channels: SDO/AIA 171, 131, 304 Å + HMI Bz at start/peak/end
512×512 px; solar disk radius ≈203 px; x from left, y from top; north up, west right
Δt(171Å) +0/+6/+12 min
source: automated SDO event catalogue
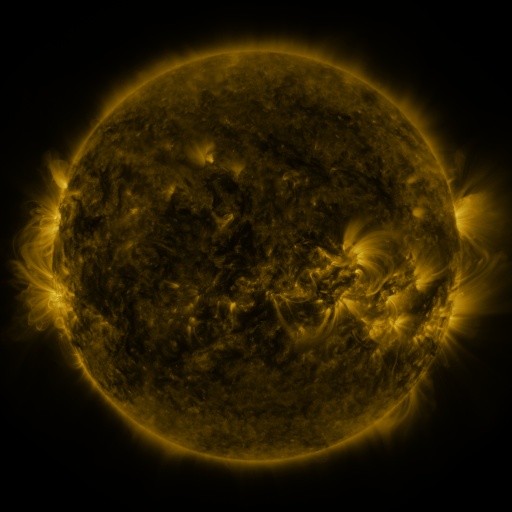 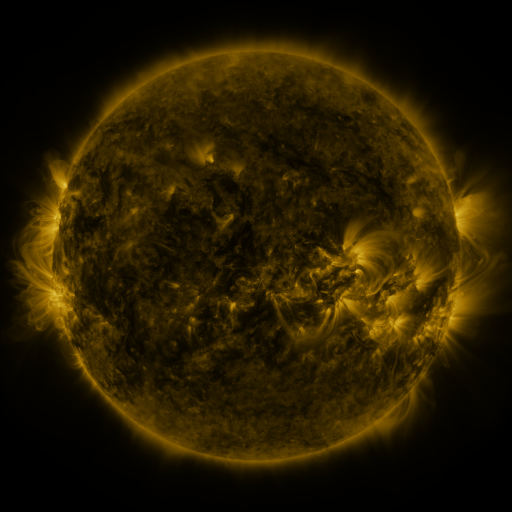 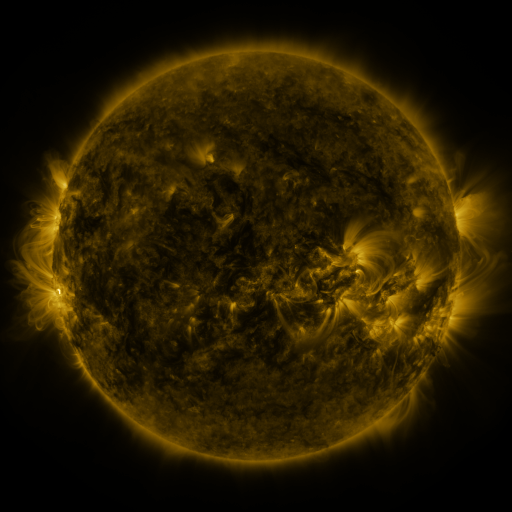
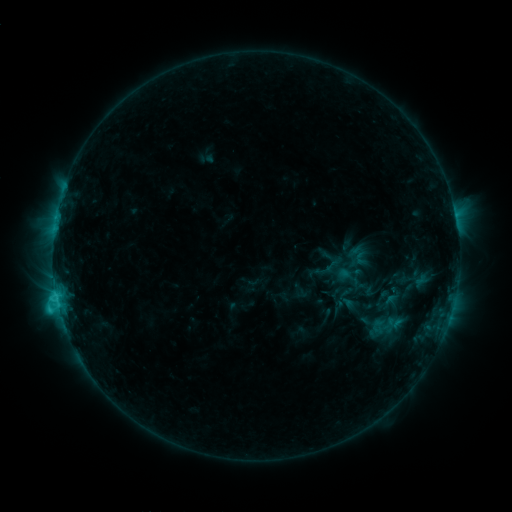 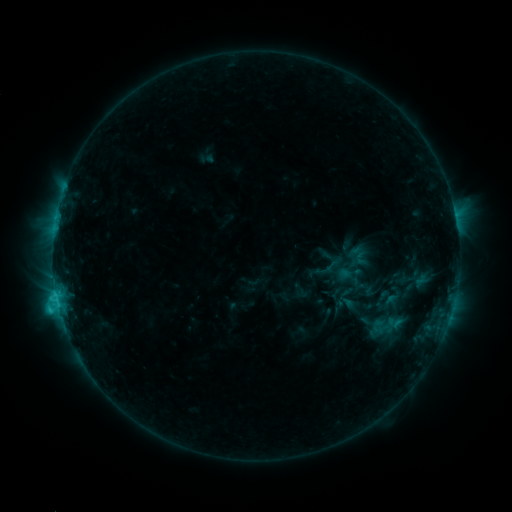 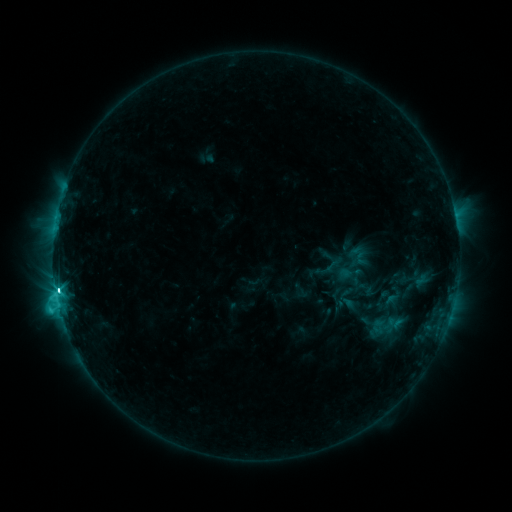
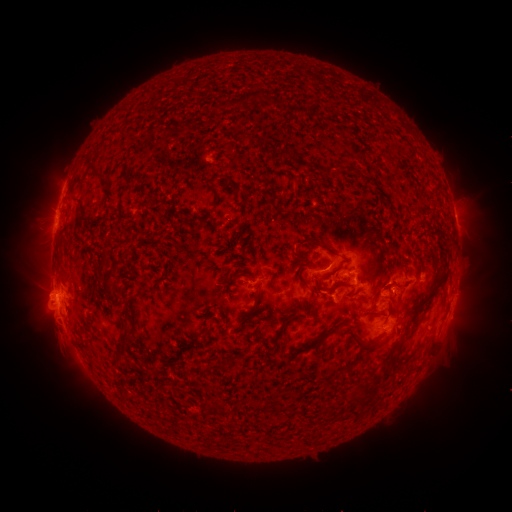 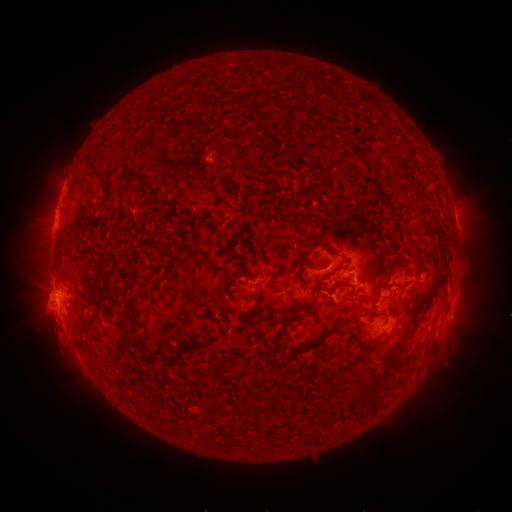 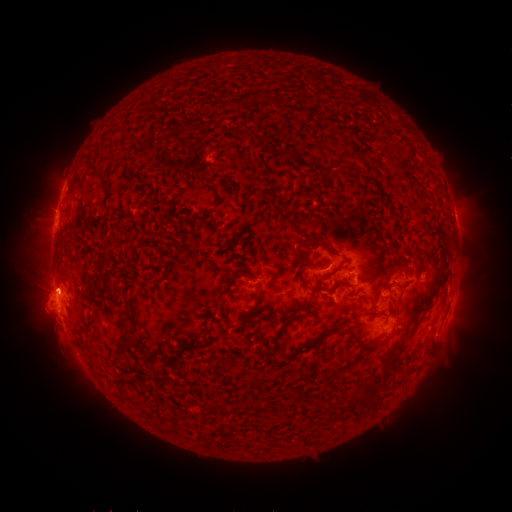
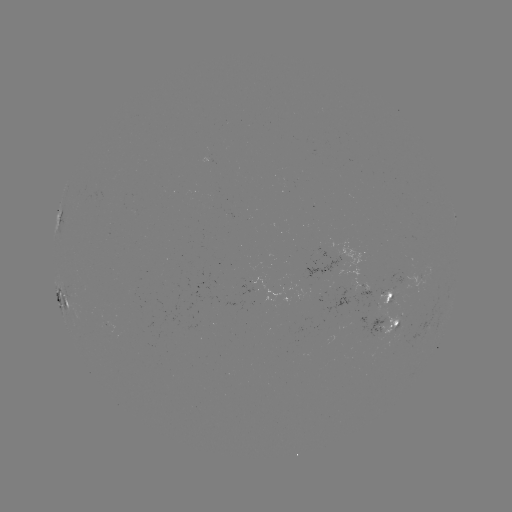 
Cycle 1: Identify C7.6 flare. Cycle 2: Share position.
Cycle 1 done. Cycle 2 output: (58, 304).